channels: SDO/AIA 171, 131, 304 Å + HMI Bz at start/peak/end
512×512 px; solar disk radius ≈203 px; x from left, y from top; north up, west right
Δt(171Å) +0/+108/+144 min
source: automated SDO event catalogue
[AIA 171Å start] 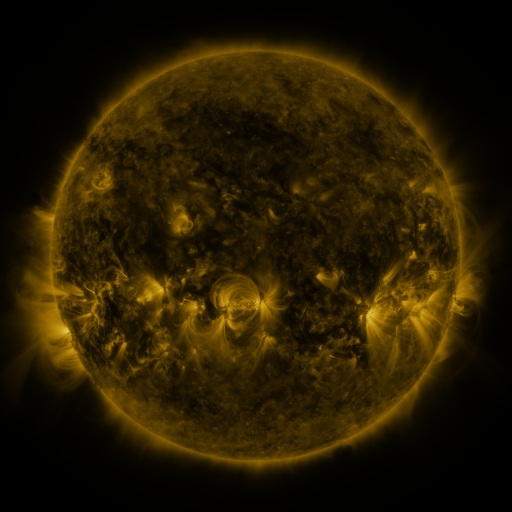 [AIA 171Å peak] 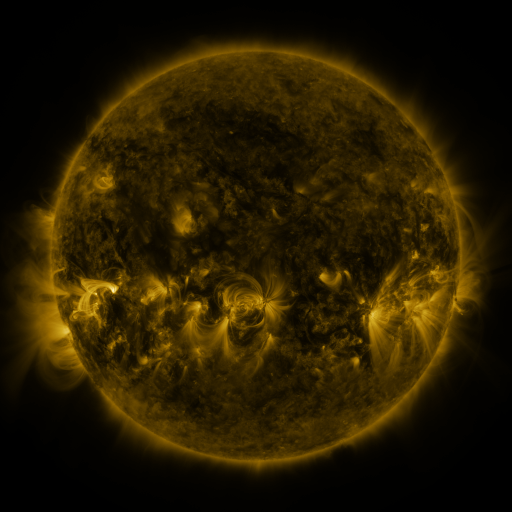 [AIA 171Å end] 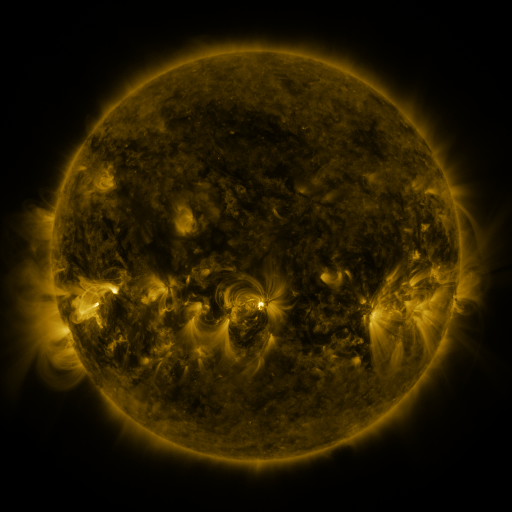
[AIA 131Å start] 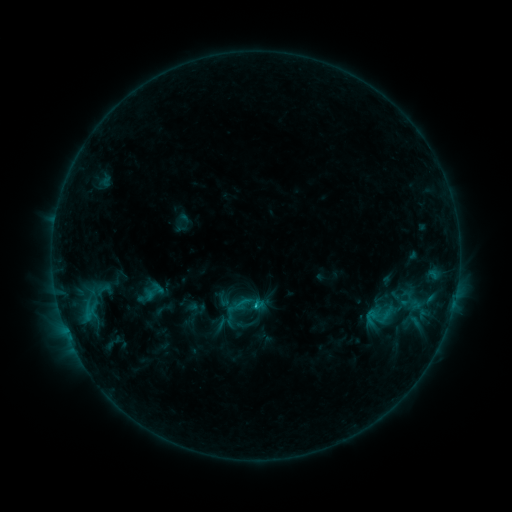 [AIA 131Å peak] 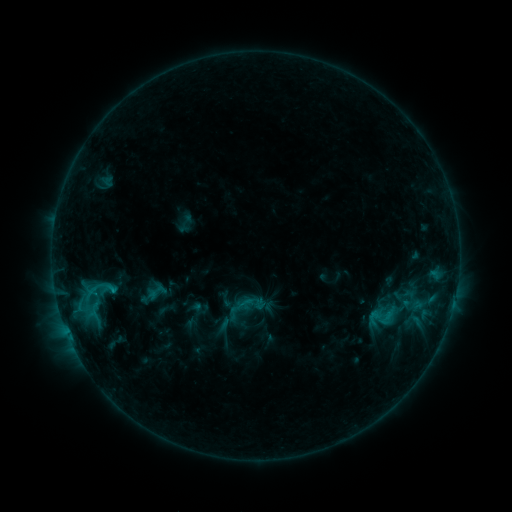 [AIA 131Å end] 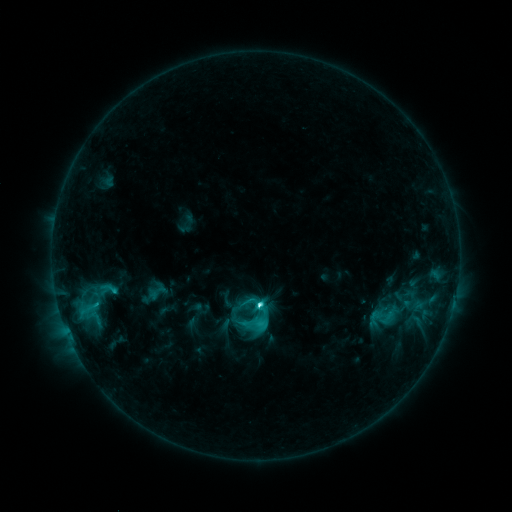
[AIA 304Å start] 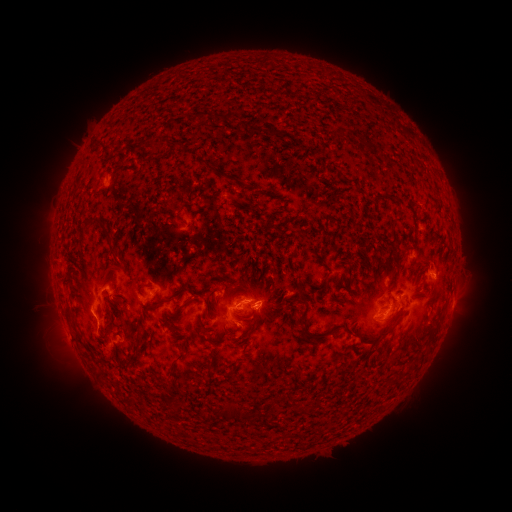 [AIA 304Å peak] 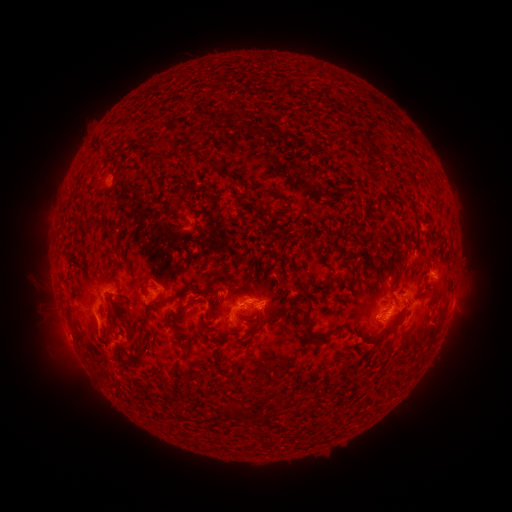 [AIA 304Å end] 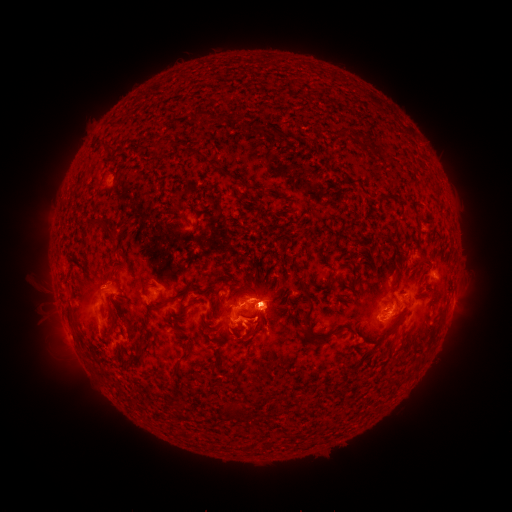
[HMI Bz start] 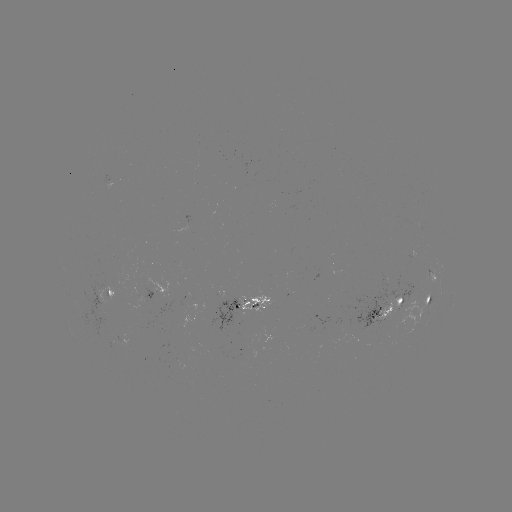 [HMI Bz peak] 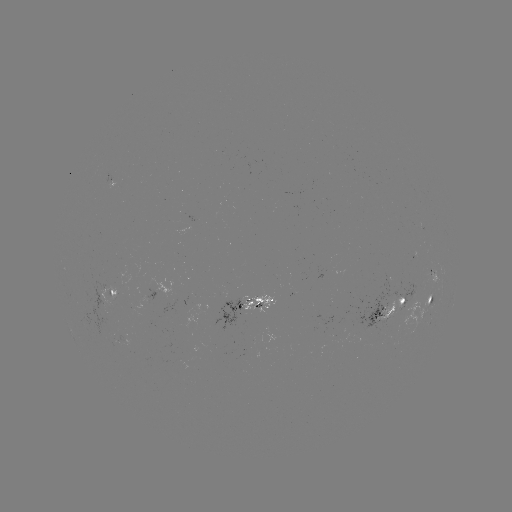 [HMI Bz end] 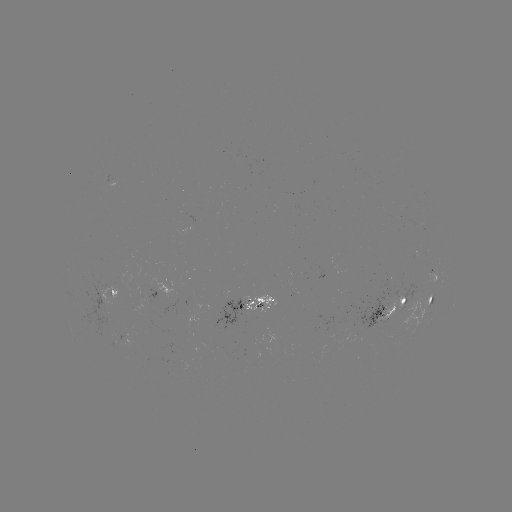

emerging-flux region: [375, 297, 402, 323]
